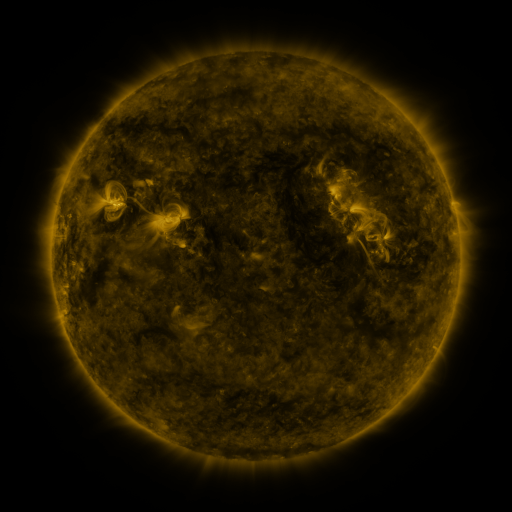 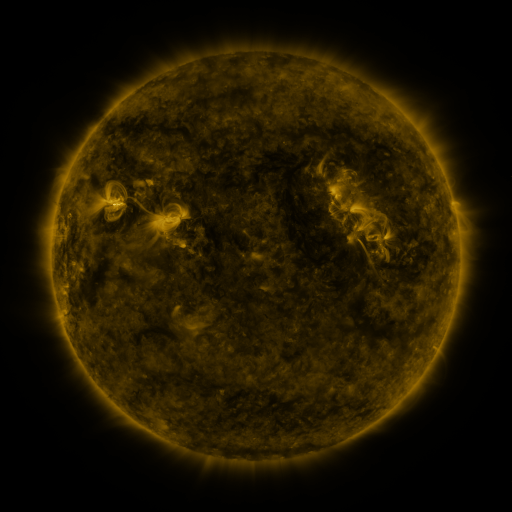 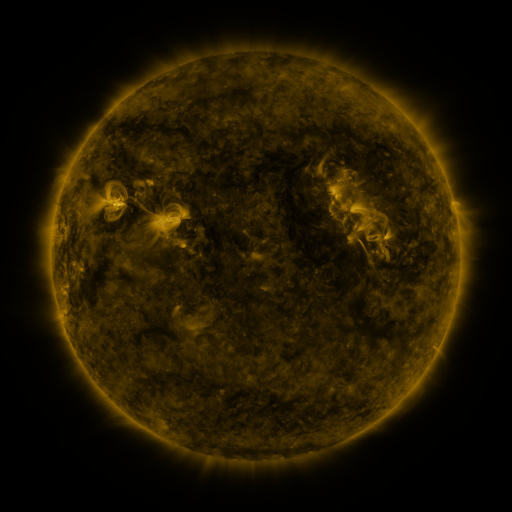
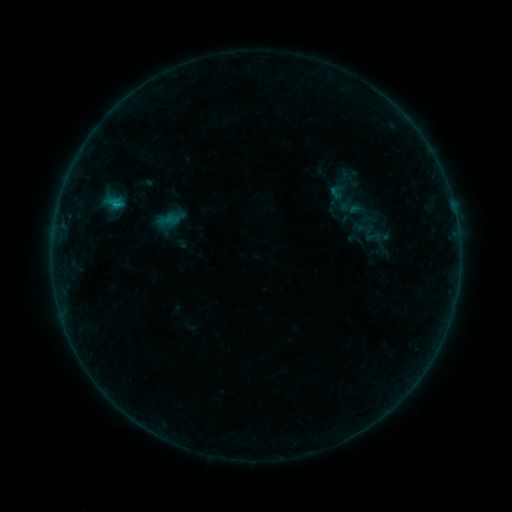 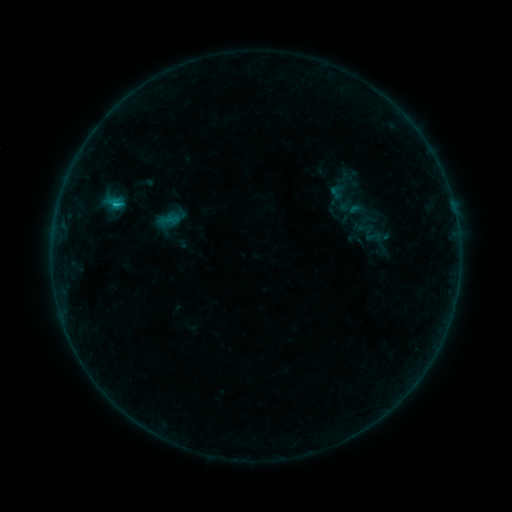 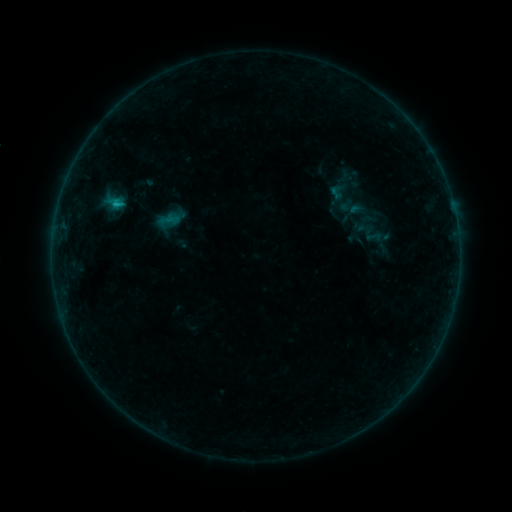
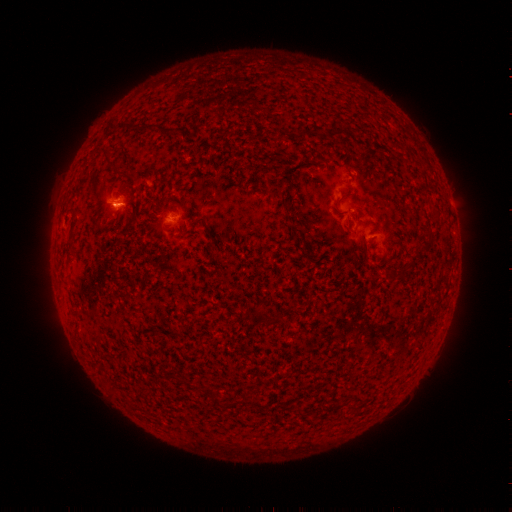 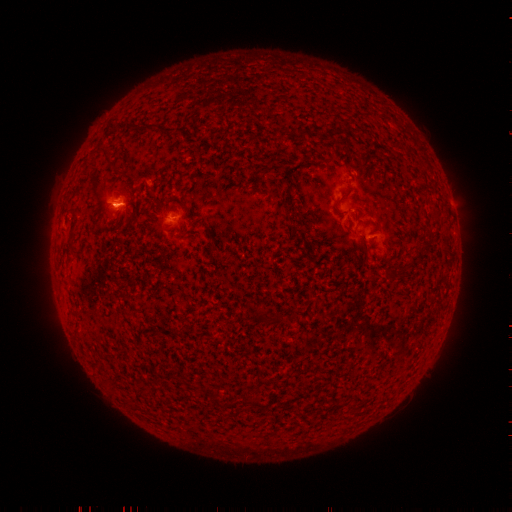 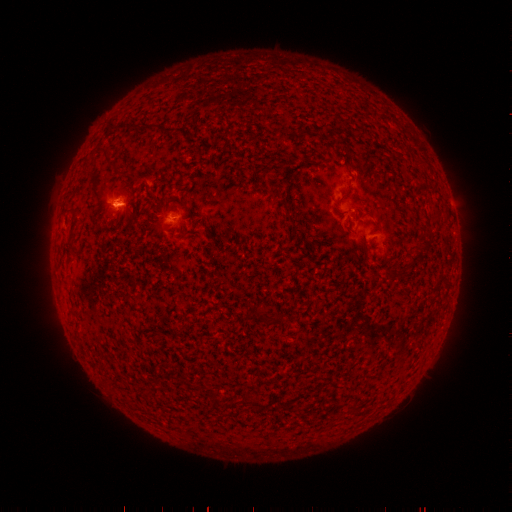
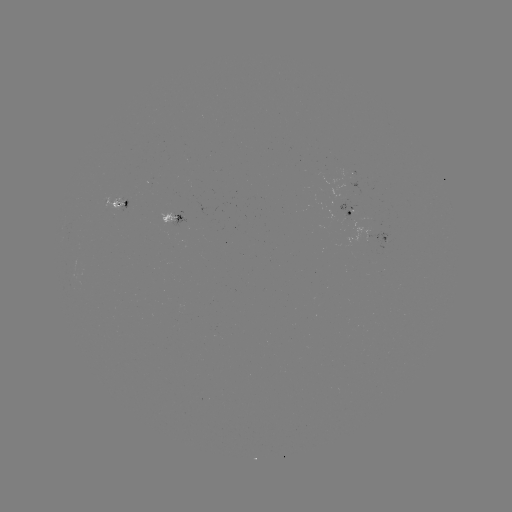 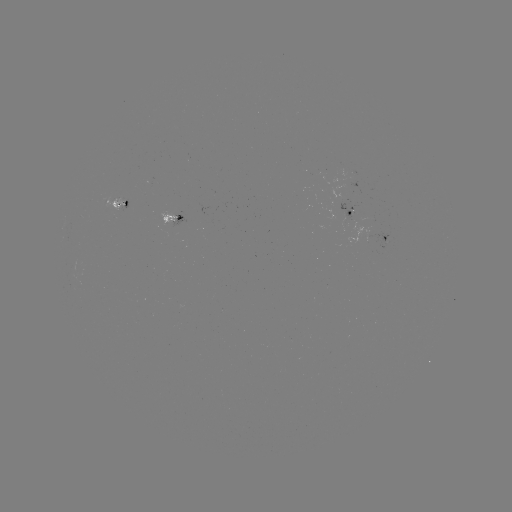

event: flare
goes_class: B5.1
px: (116, 207)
